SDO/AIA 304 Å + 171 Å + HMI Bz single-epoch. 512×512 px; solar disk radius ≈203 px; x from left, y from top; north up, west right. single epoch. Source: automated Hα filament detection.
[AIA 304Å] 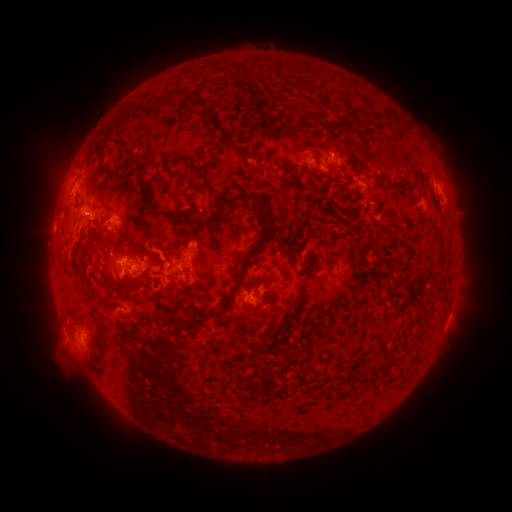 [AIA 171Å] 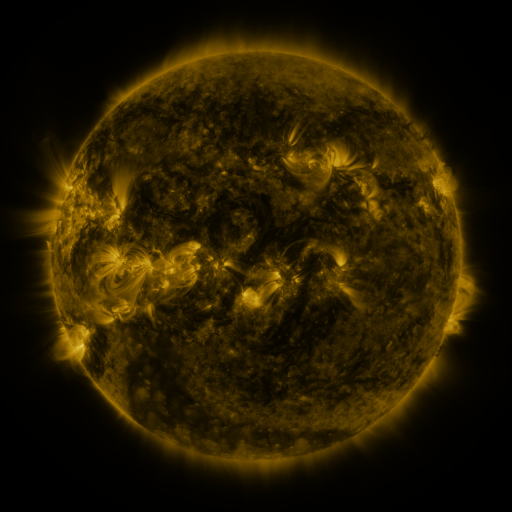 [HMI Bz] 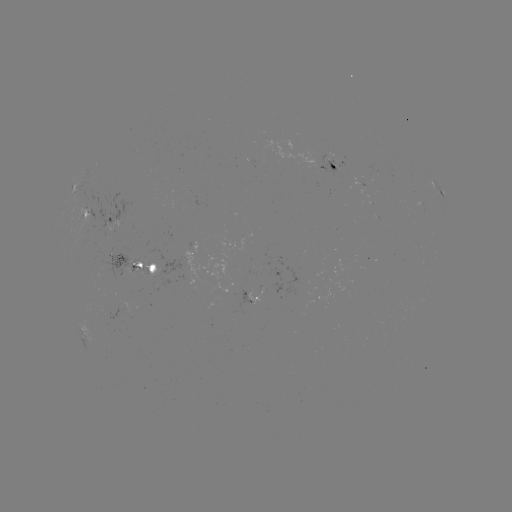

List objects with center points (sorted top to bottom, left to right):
filament: (161, 90, 243, 156)
filament: (380, 107, 398, 121)
filament: (119, 111, 127, 121)
filament: (105, 135, 119, 146)
filament: (303, 145, 315, 151)
filament: (214, 192, 269, 280)
filament: (141, 199, 191, 223)
filament: (124, 245, 146, 258)
filament: (157, 258, 165, 273)
filament: (308, 261, 320, 280)
filament: (146, 272, 152, 281)
filament: (392, 277, 402, 286)
filament: (86, 283, 94, 292)
filament: (362, 283, 372, 290)
filament: (213, 289, 235, 319)
filament: (168, 290, 192, 307)
filament: (294, 291, 306, 302)
filament: (331, 298, 342, 307)
filament: (162, 314, 188, 329)
filament: (307, 375, 318, 382)
